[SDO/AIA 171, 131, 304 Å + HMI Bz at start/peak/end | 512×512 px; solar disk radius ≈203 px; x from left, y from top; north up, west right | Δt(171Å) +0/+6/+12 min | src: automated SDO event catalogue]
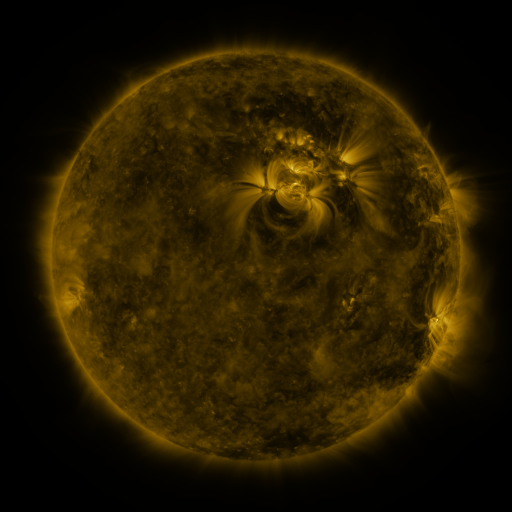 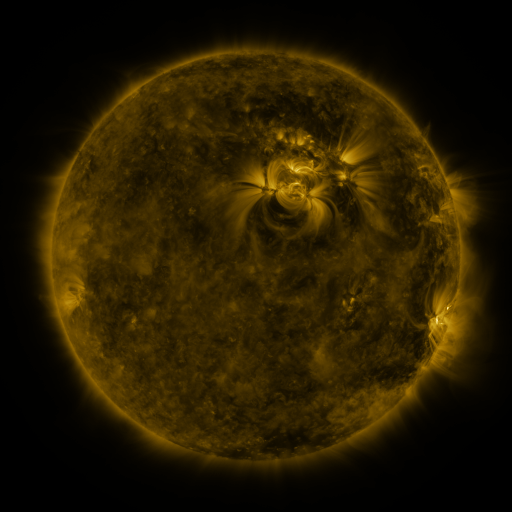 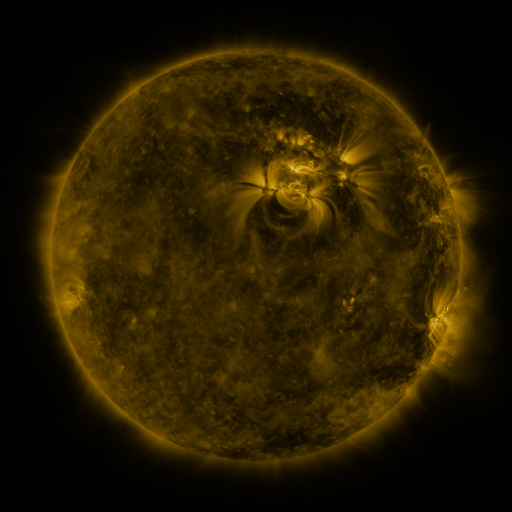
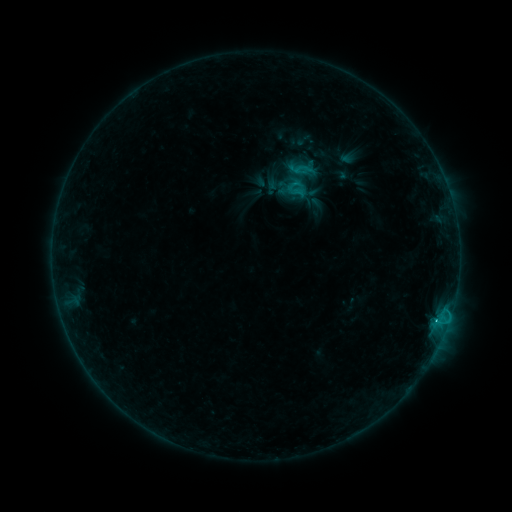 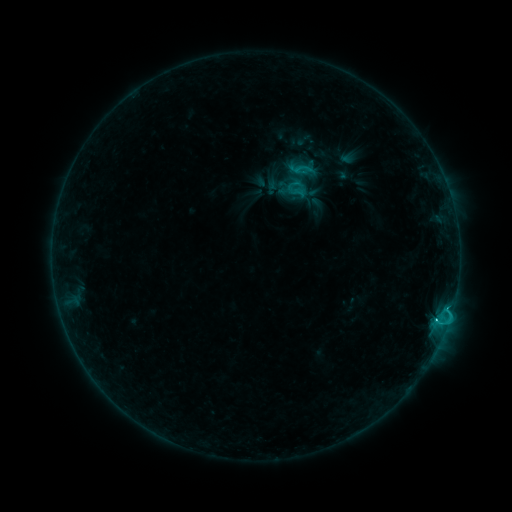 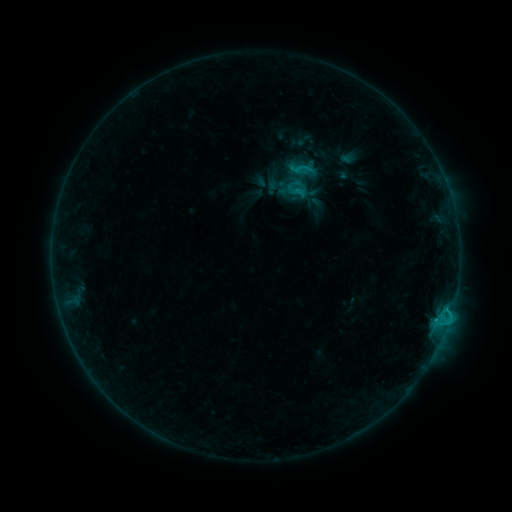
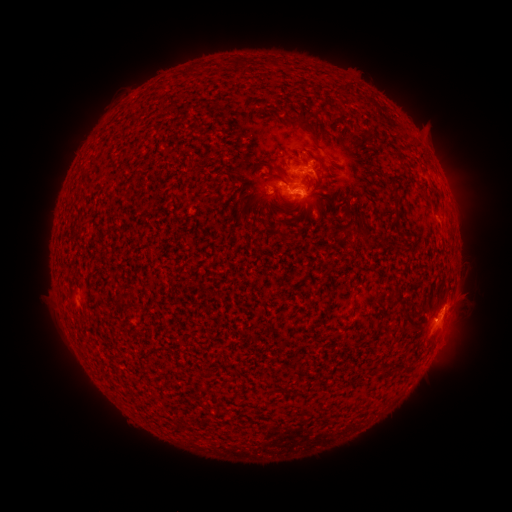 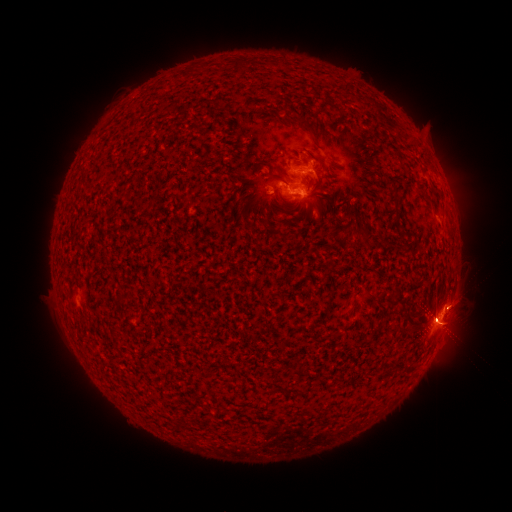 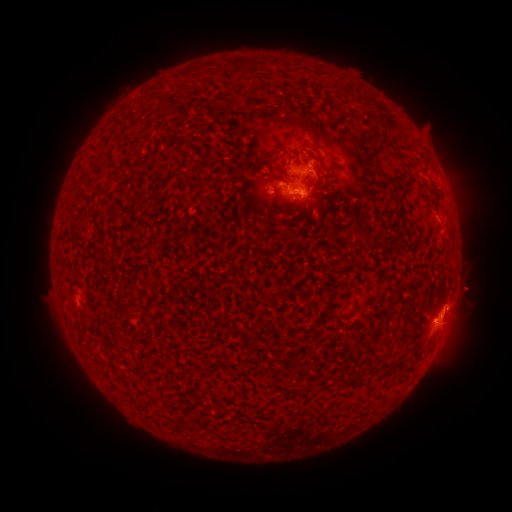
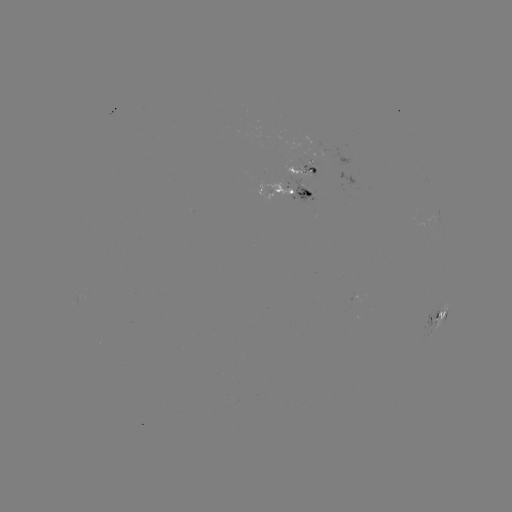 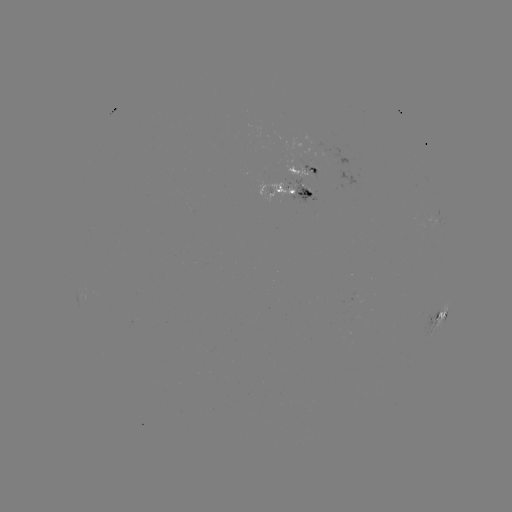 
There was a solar eruption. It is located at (464, 237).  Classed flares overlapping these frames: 1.